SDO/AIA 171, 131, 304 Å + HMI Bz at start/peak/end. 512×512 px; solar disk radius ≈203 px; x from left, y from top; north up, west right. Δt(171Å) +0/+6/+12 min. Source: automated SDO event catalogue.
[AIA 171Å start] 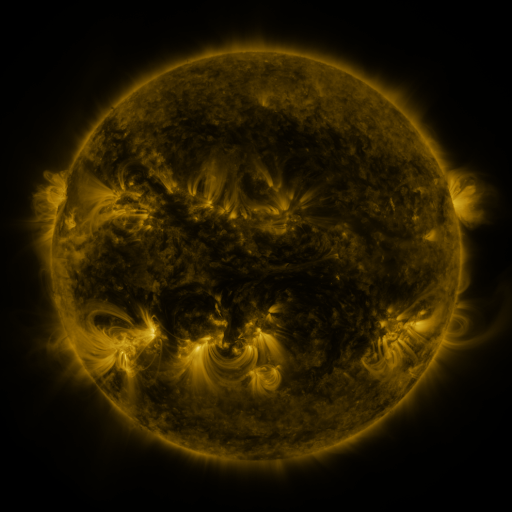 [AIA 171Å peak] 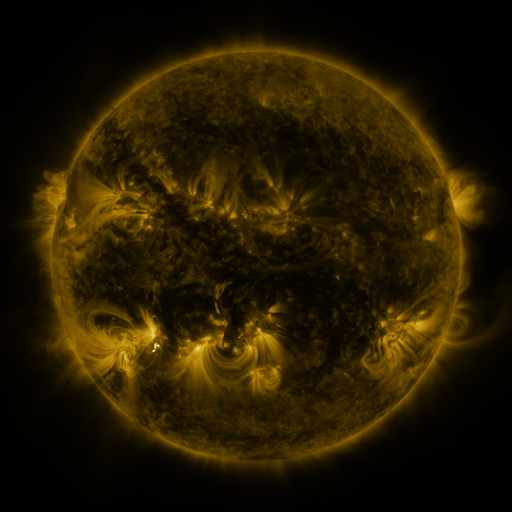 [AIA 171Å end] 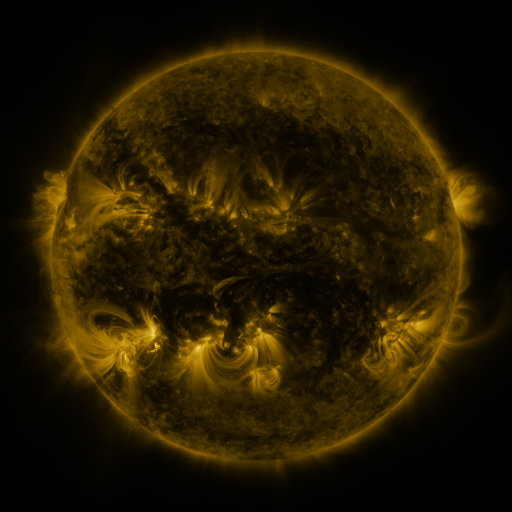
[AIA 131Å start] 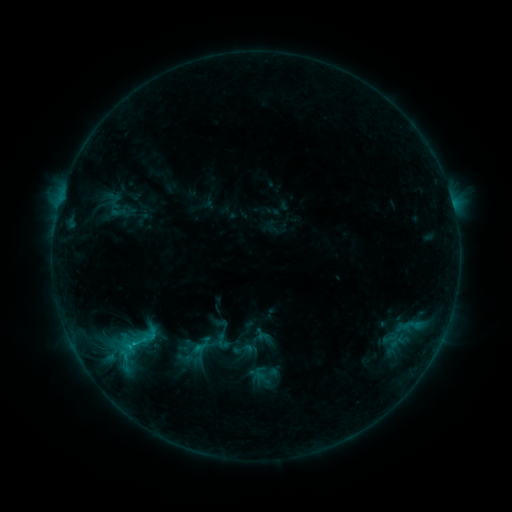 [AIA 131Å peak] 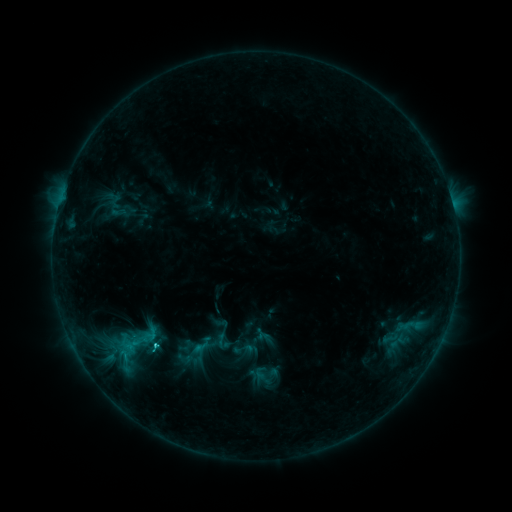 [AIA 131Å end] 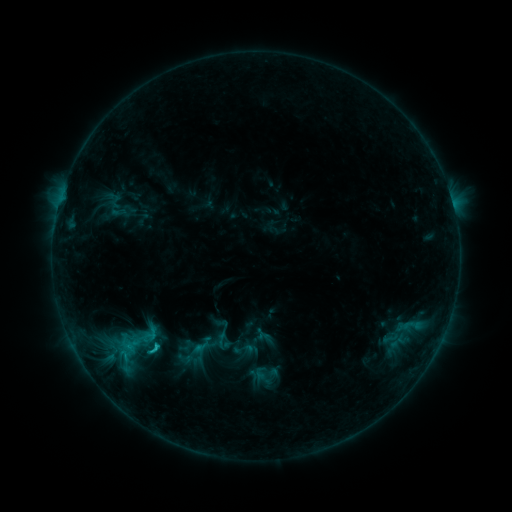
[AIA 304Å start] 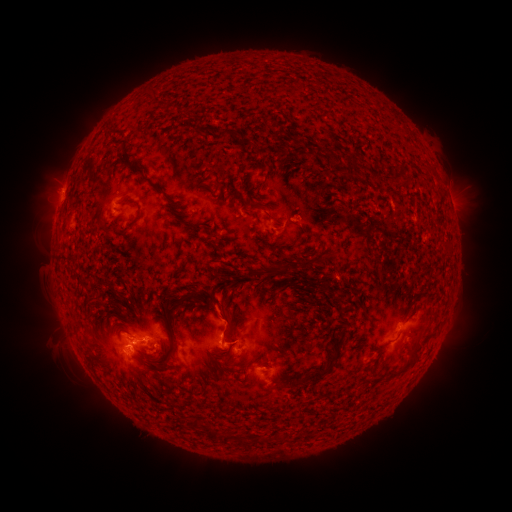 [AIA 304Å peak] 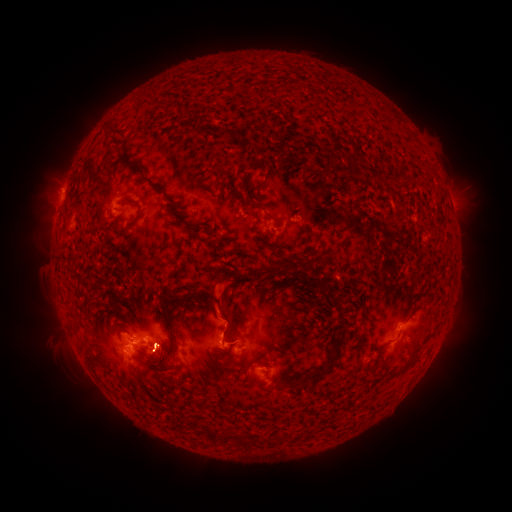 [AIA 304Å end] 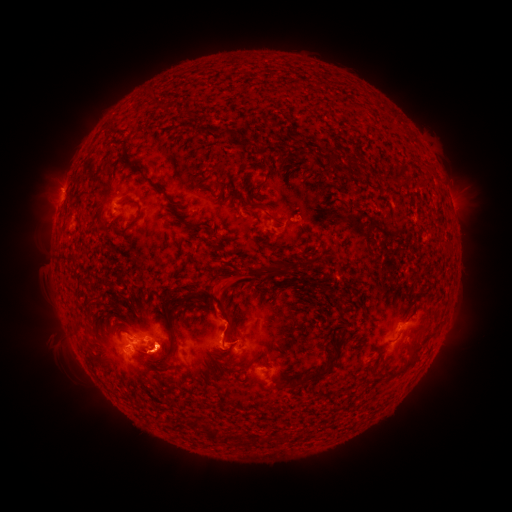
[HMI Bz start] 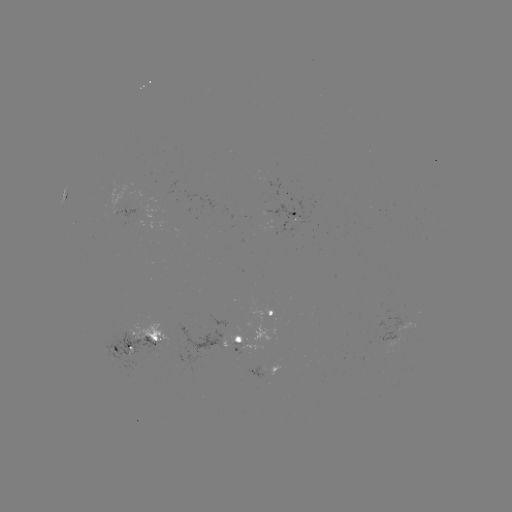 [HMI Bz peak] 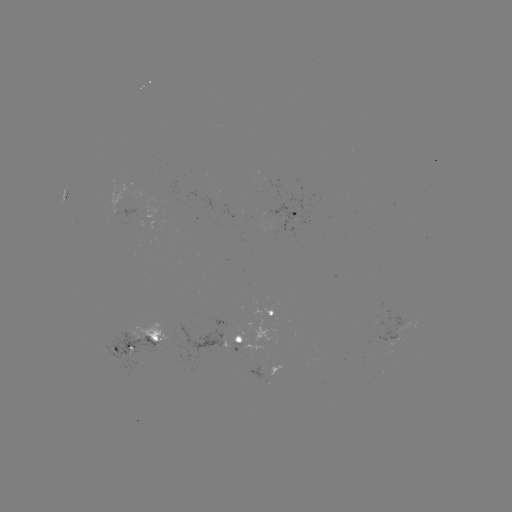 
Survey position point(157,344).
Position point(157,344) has C2.2 flare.